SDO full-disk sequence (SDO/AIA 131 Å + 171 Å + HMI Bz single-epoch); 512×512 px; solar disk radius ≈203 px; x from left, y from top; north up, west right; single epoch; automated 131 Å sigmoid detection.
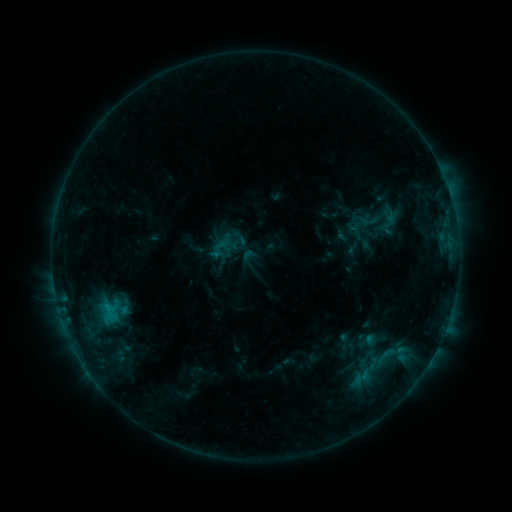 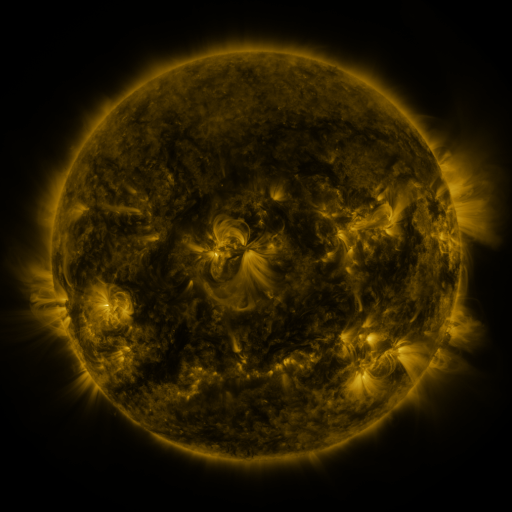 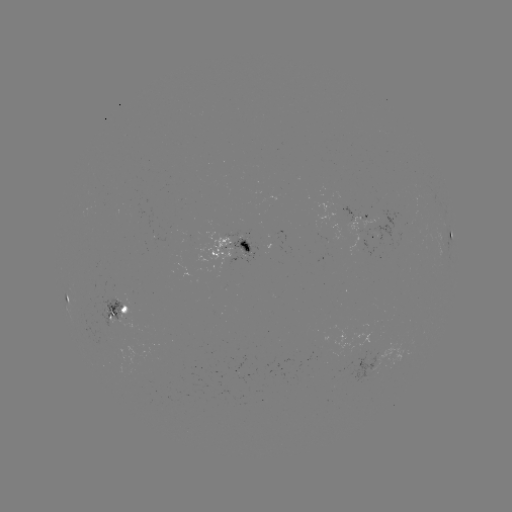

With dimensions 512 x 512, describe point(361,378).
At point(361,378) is sigmoid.